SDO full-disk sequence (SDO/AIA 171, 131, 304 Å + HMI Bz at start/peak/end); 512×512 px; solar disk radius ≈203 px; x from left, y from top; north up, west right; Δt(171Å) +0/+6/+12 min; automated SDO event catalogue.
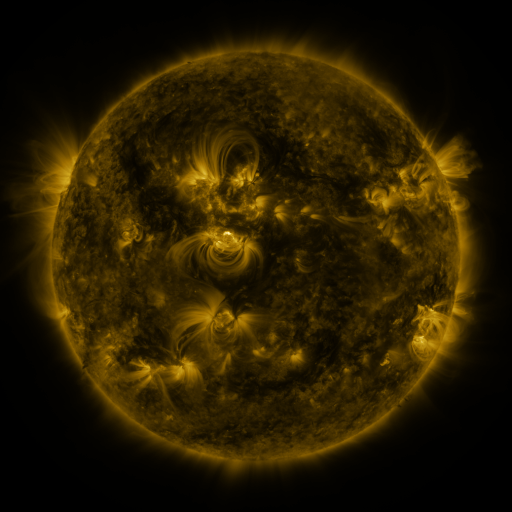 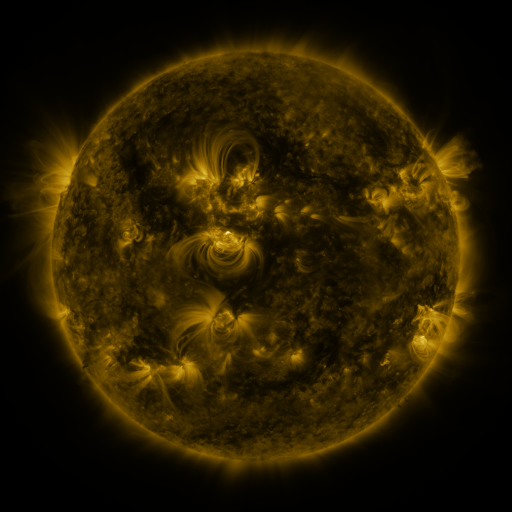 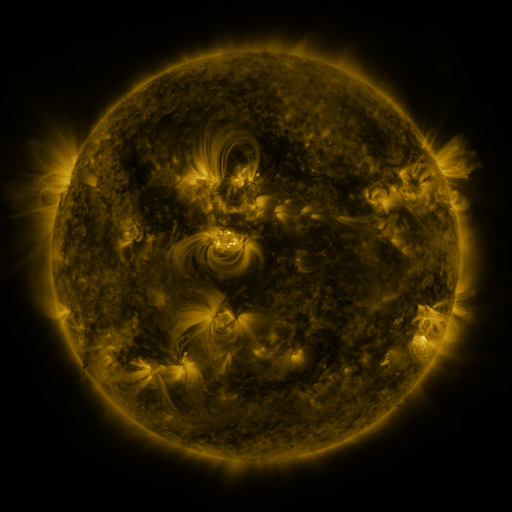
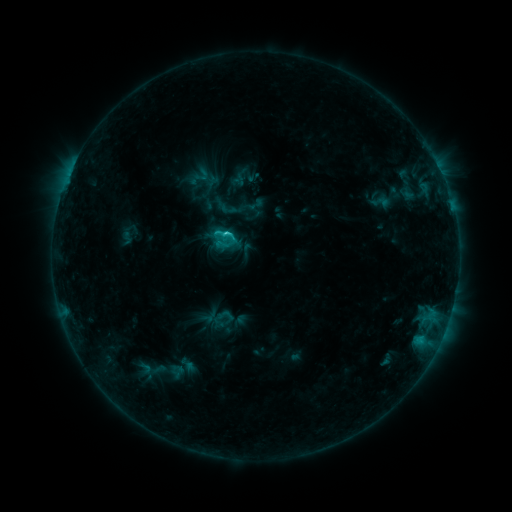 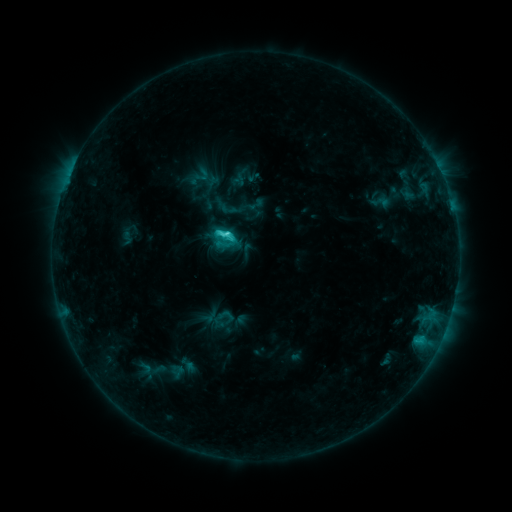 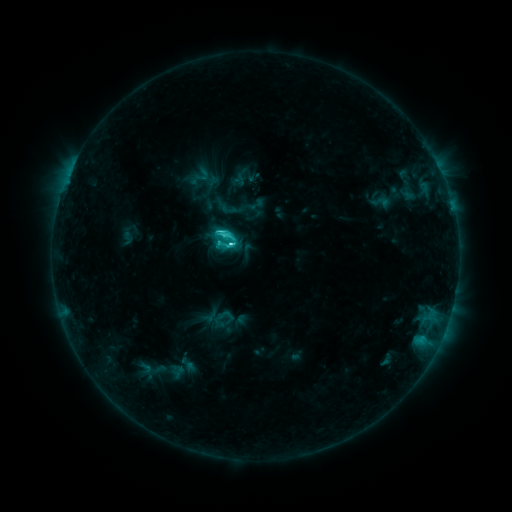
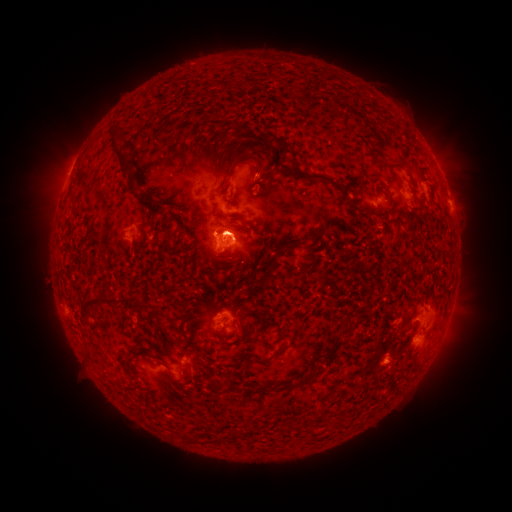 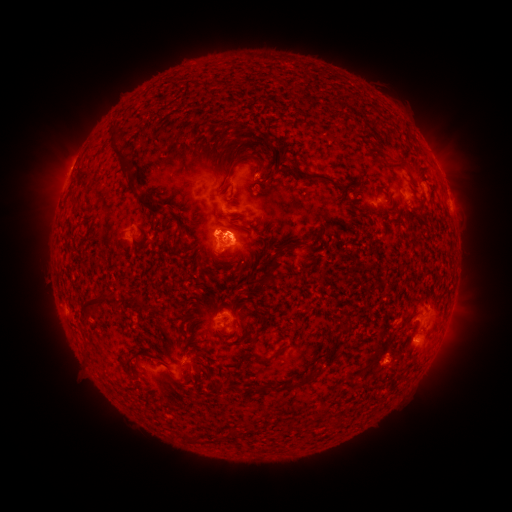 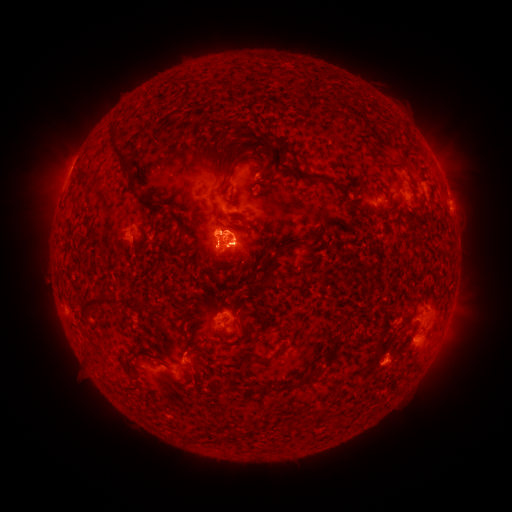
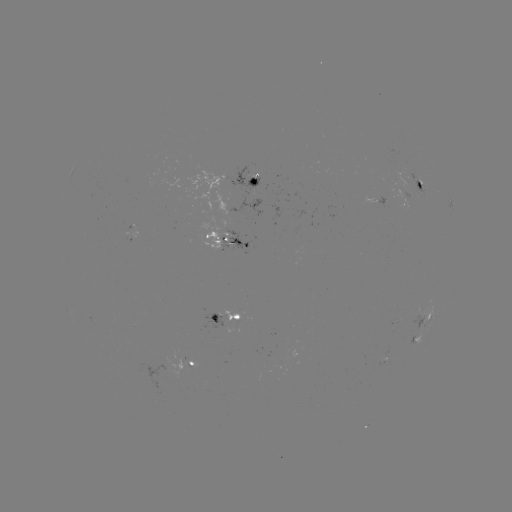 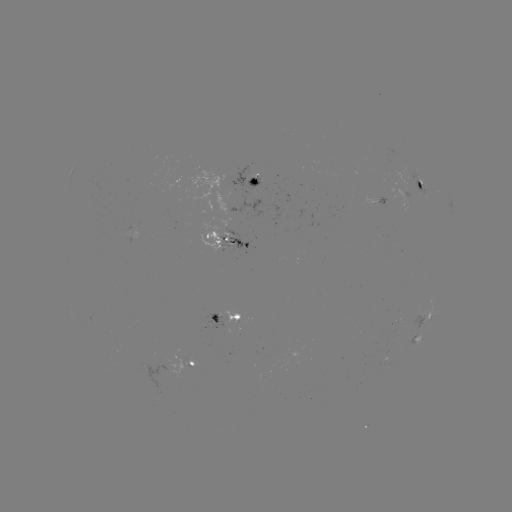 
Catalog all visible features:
eruption: (234, 240)
